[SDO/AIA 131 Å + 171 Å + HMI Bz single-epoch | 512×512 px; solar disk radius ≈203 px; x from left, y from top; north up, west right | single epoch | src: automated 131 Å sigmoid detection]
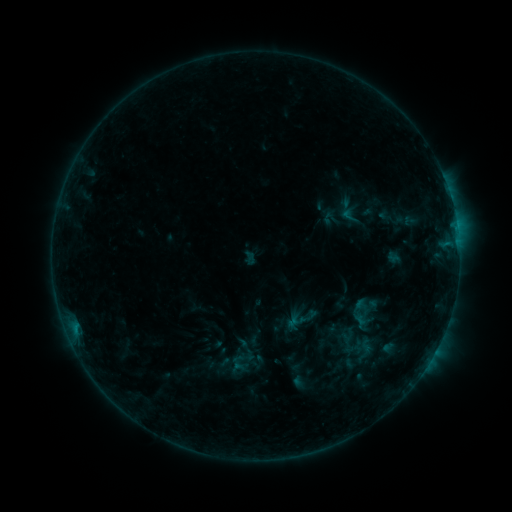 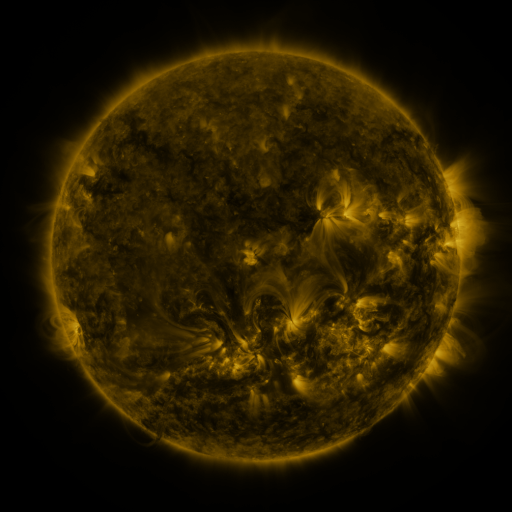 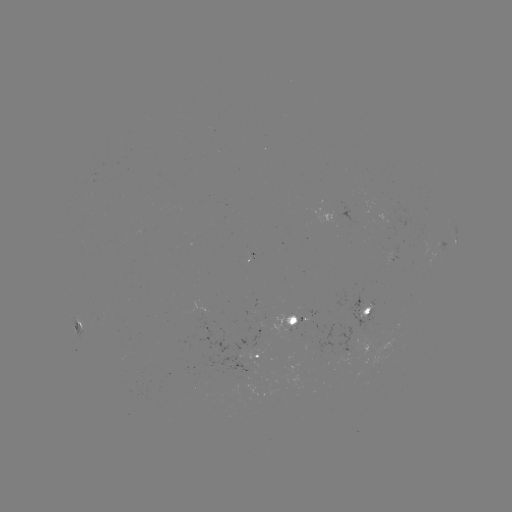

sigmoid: [345, 298, 374, 327]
